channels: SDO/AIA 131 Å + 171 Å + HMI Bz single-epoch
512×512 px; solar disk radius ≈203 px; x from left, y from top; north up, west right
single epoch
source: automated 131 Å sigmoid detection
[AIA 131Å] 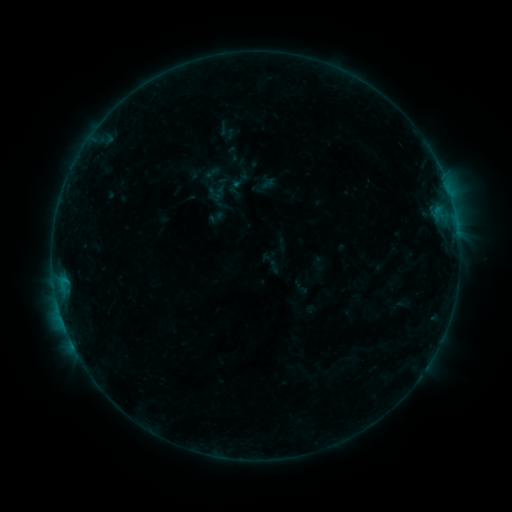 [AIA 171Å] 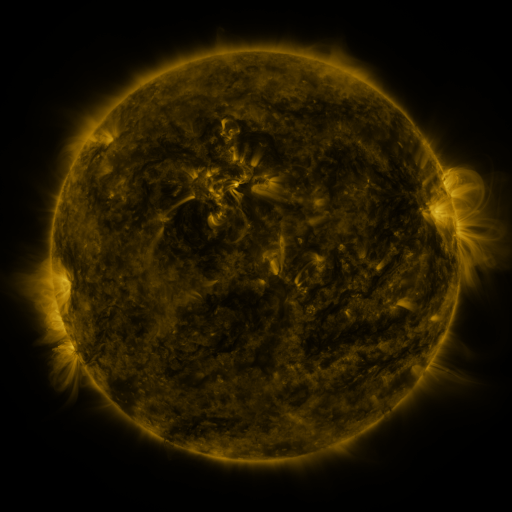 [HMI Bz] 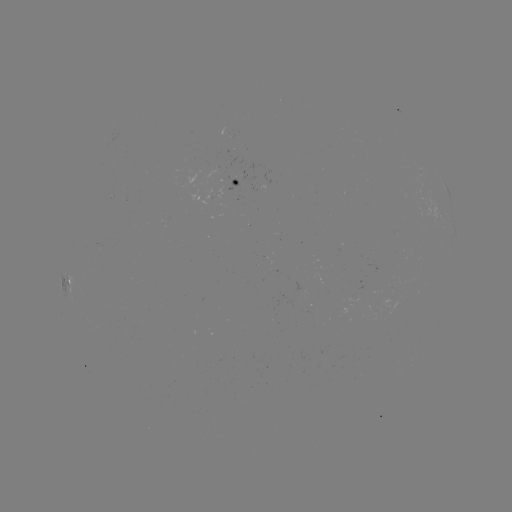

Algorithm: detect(sigmoid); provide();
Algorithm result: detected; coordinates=(215, 194)